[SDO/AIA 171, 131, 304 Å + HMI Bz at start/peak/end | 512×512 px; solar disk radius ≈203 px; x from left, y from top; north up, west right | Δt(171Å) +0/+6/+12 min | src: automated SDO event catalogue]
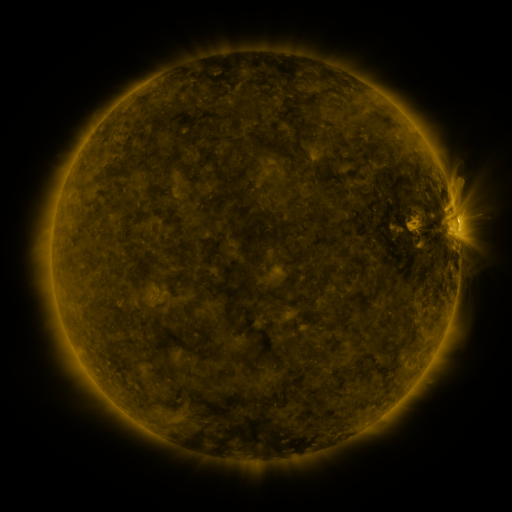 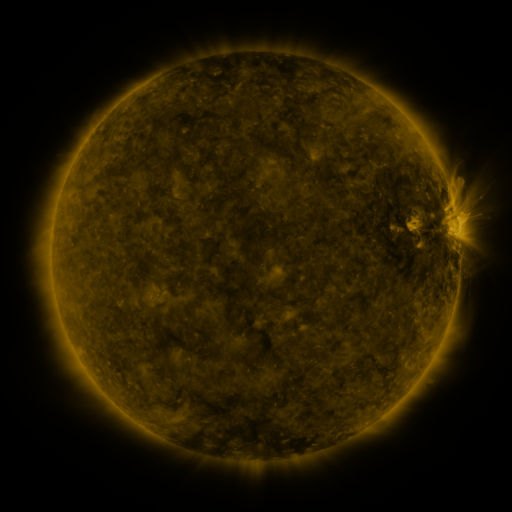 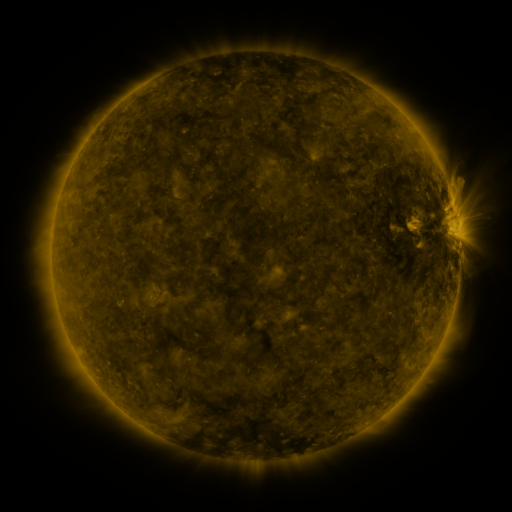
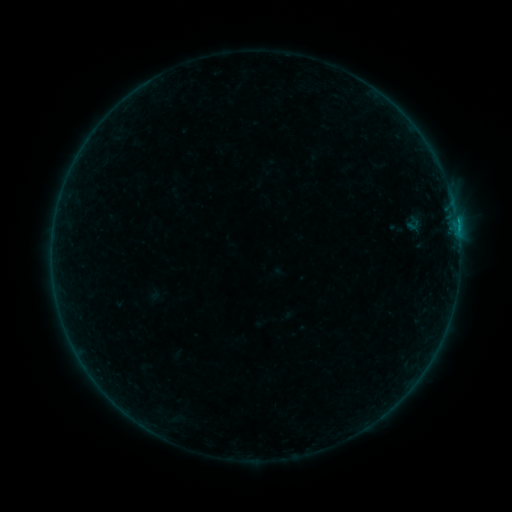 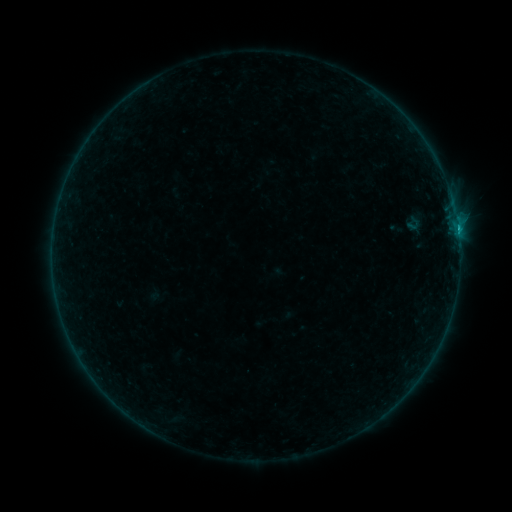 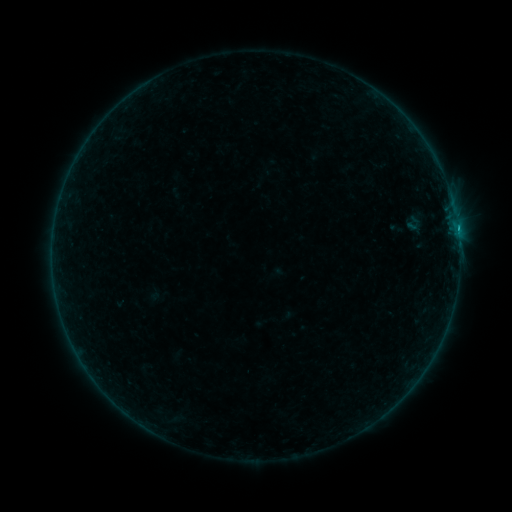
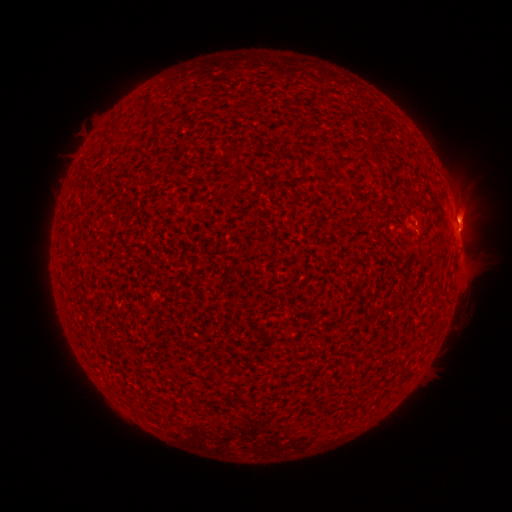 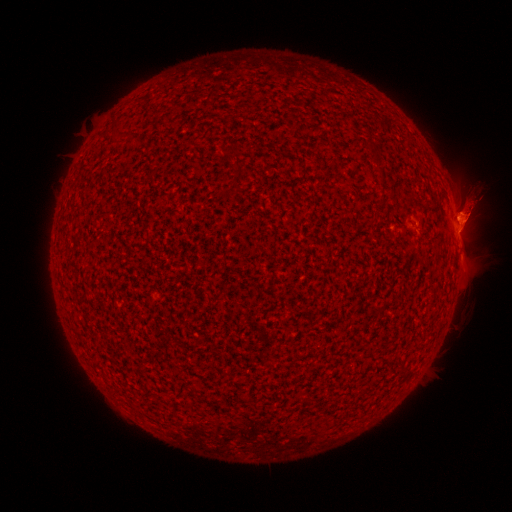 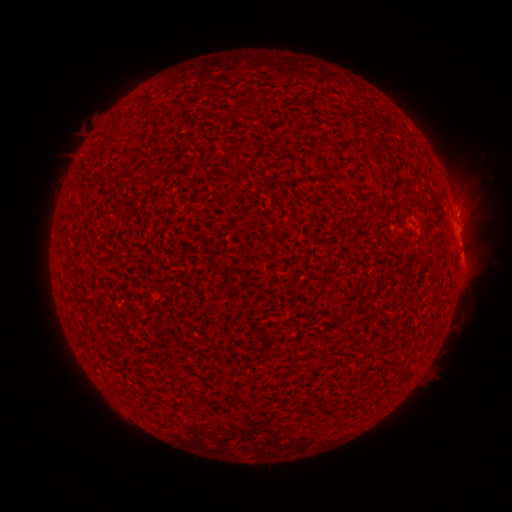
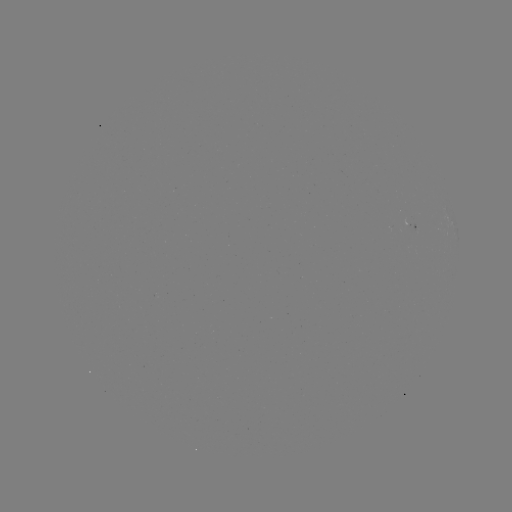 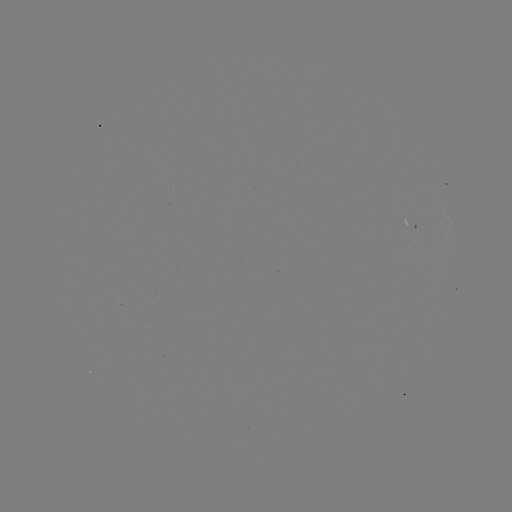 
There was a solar eruption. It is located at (463, 213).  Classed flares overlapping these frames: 1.